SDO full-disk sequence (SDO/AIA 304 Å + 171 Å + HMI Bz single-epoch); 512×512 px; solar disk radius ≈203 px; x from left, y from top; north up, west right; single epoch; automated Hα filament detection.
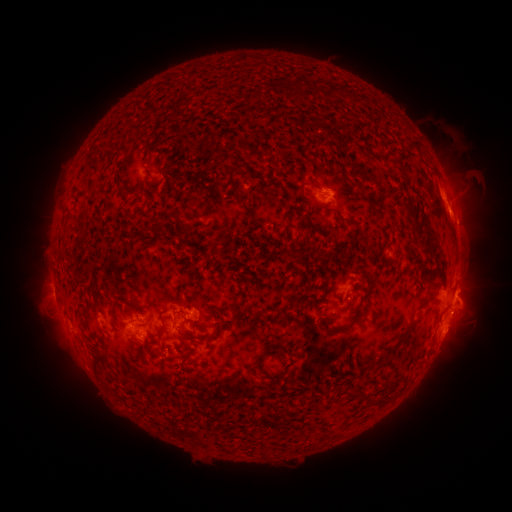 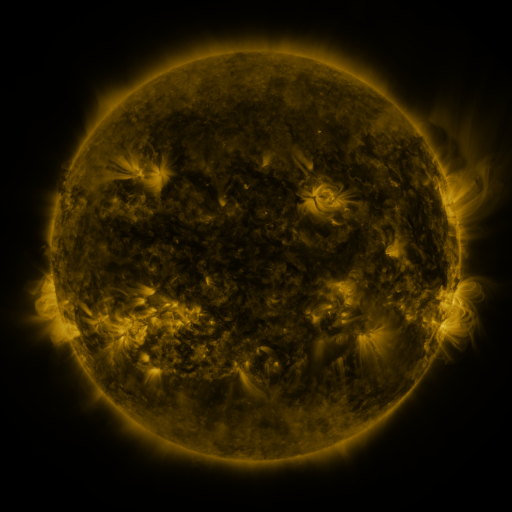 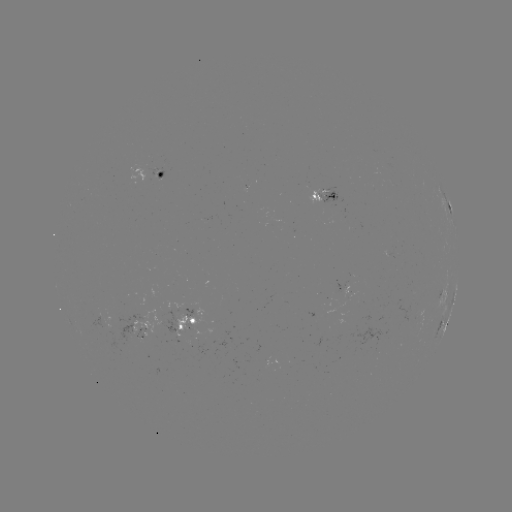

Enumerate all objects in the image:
filament: [321, 84, 336, 98]
filament: [251, 86, 259, 97]
filament: [408, 137, 419, 153]
filament: [142, 144, 153, 159]
filament: [370, 151, 382, 159]
filament: [322, 157, 331, 169]
filament: [227, 163, 256, 222]
filament: [114, 178, 136, 200]
filament: [397, 197, 413, 214]
filament: [78, 210, 87, 224]
filament: [166, 219, 186, 238]
filament: [300, 219, 318, 232]
filament: [418, 236, 433, 248]
filament: [209, 241, 218, 252]
filament: [281, 248, 294, 263]
filament: [57, 252, 67, 261]
filament: [365, 274, 375, 291]
filament: [428, 280, 439, 287]
filament: [209, 308, 223, 319]
filament: [320, 315, 357, 331]
filament: [387, 316, 418, 352]
filament: [178, 324, 205, 346]
filament: [154, 326, 169, 339]
filament: [205, 334, 219, 341]
filament: [94, 352, 106, 377]
filament: [257, 355, 268, 377]
filament: [374, 393, 390, 403]
